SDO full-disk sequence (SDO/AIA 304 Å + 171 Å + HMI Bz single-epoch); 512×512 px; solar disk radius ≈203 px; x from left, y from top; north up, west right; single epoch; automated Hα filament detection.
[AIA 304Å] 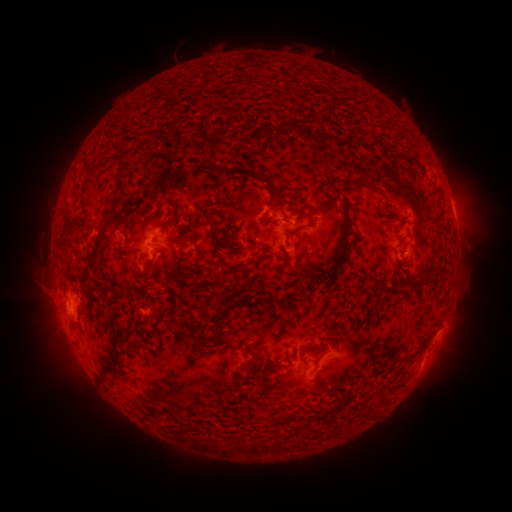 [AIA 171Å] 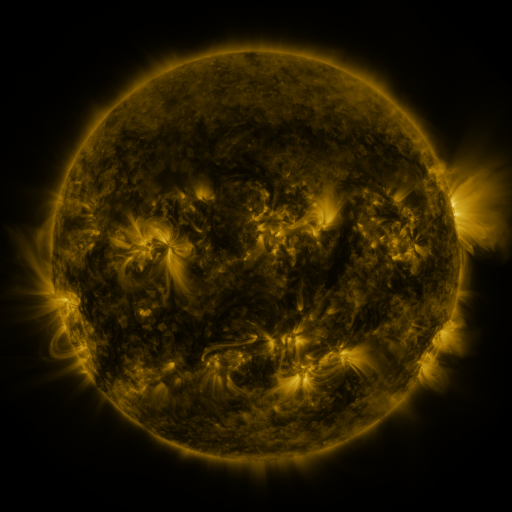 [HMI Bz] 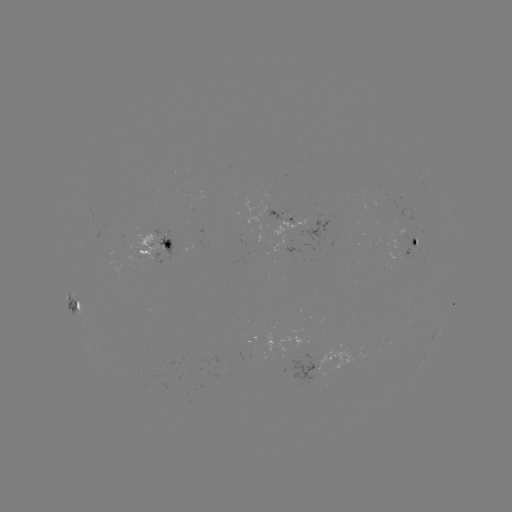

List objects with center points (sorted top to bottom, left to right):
filament: <bbox>276, 121, 298, 133</bbox>
filament: <bbox>111, 154, 126, 164</bbox>
filament: <bbox>115, 176, 130, 191</bbox>
filament: <bbox>366, 182, 380, 193</bbox>
filament: <bbox>271, 184, 283, 201</bbox>
filament: <bbox>204, 213, 211, 225</bbox>
filament: <bbox>146, 215, 159, 225</bbox>
filament: <bbox>91, 217, 112, 264</bbox>
filament: <bbox>268, 220, 279, 227</bbox>
filament: <bbox>288, 226, 303, 235</bbox>
filament: <bbox>142, 262, 152, 274</bbox>
filament: <bbox>405, 277, 427, 287</bbox>
filament: <bbox>74, 300, 81, 310</bbox>
filament: <bbox>102, 329, 121, 372</bbox>
filament: <bbox>411, 335, 430, 357</bbox>
filament: <bbox>208, 338, 229, 347</bbox>
filament: <bbox>243, 356, 253, 376</bbox>
filament: <bbox>311, 371, 319, 392</bbox>
